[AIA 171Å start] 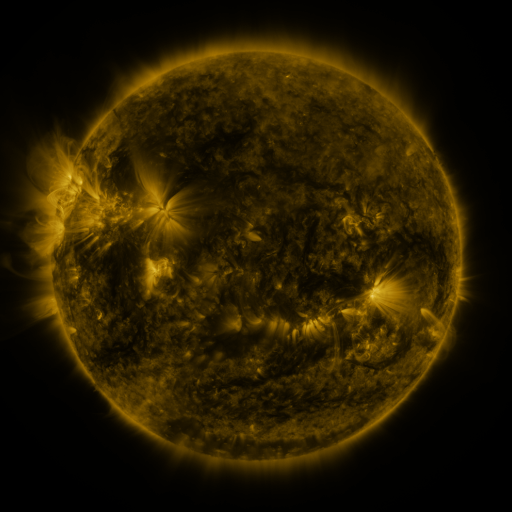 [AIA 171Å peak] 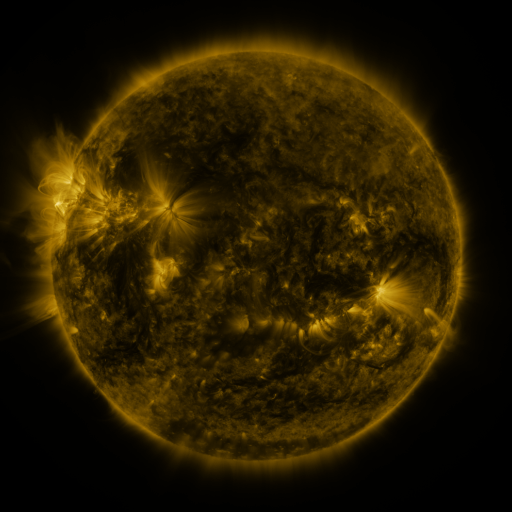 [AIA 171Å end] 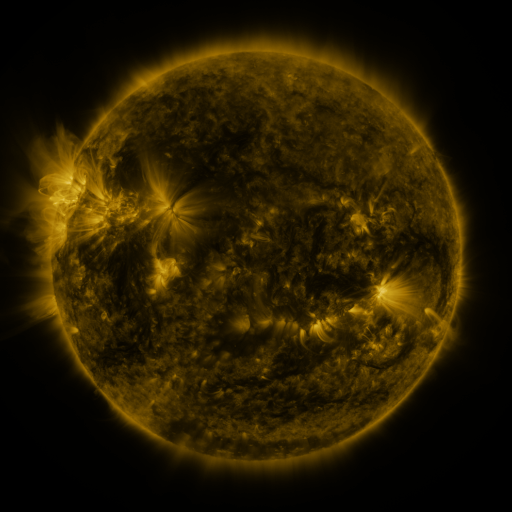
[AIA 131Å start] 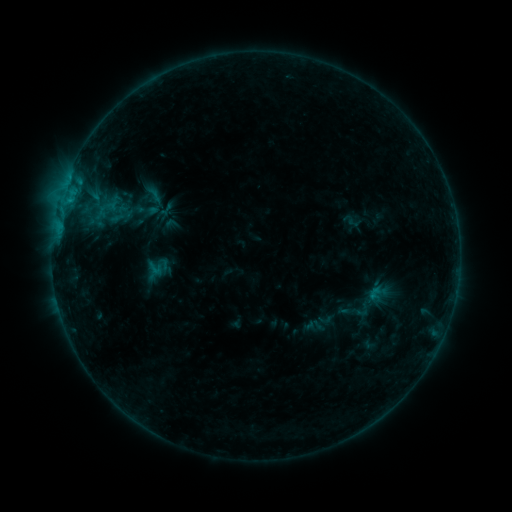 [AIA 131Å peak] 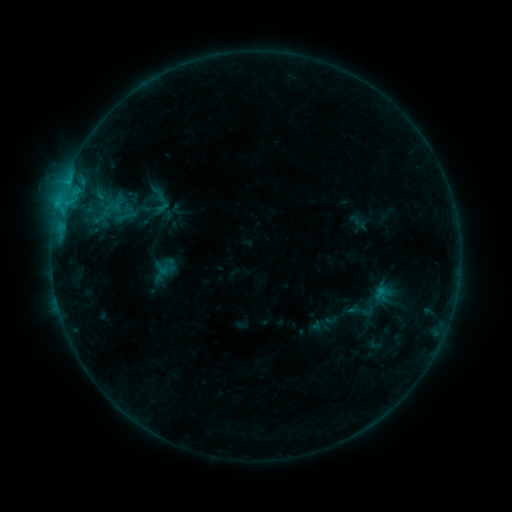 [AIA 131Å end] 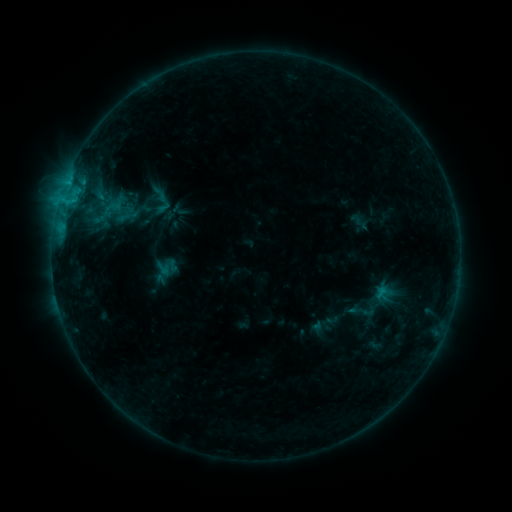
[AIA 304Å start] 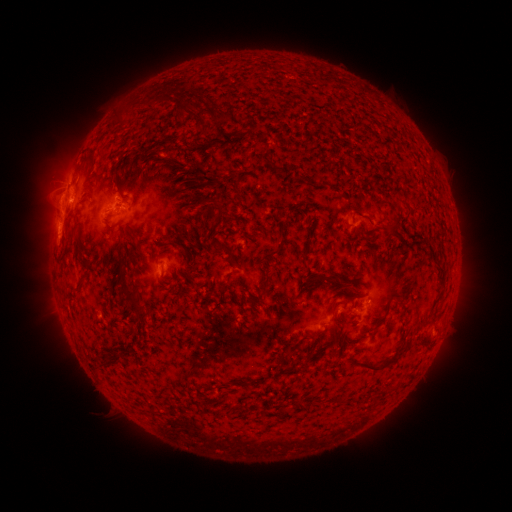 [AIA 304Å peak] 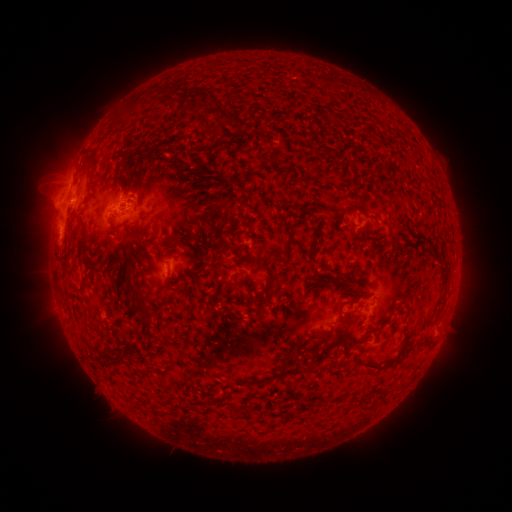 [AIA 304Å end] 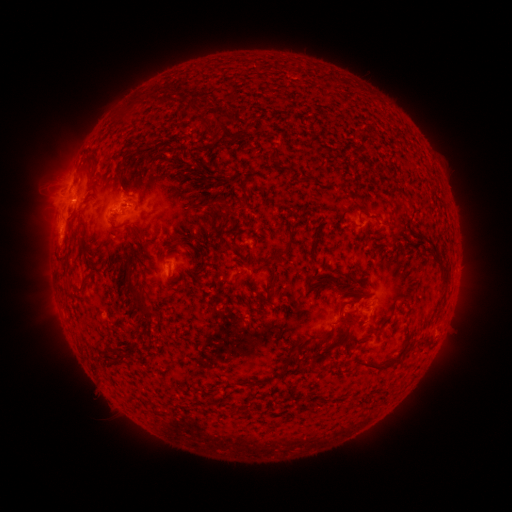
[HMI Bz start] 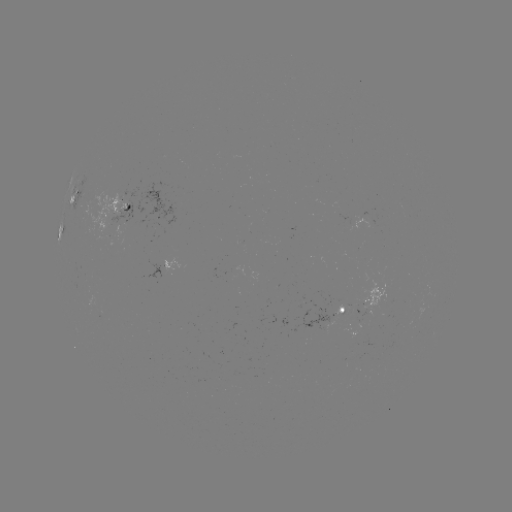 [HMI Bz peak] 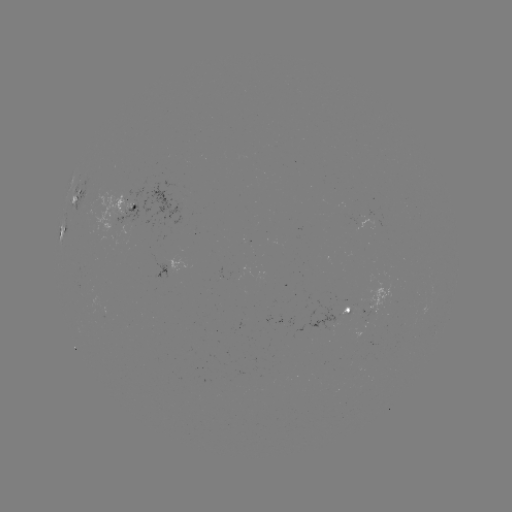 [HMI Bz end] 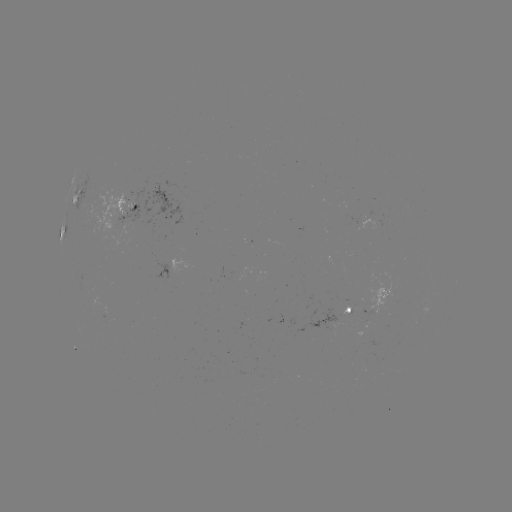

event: emerging-flux region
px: (372, 304)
